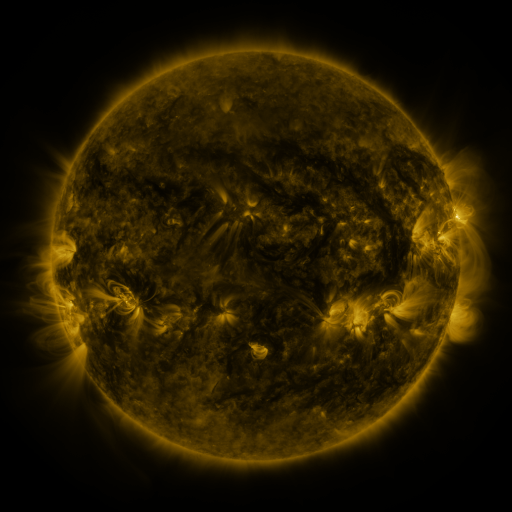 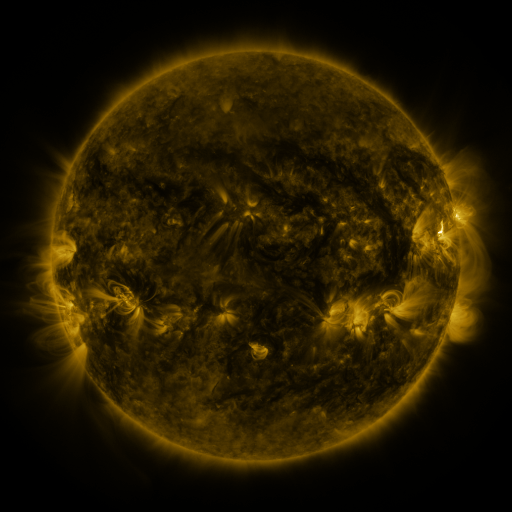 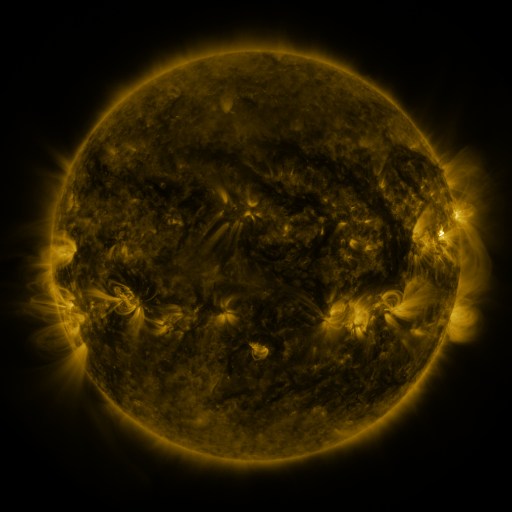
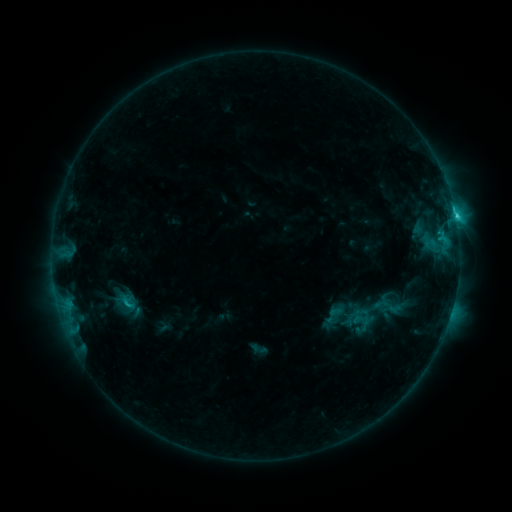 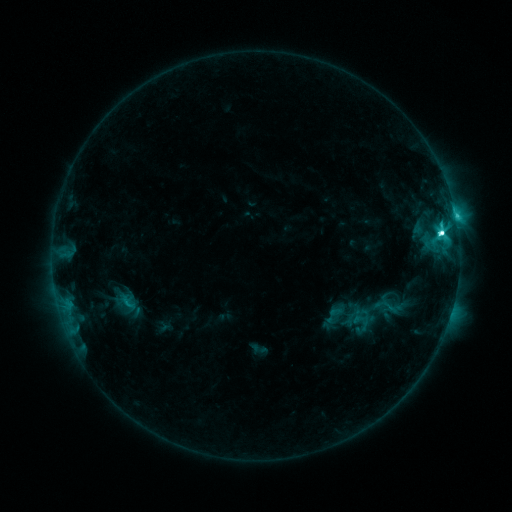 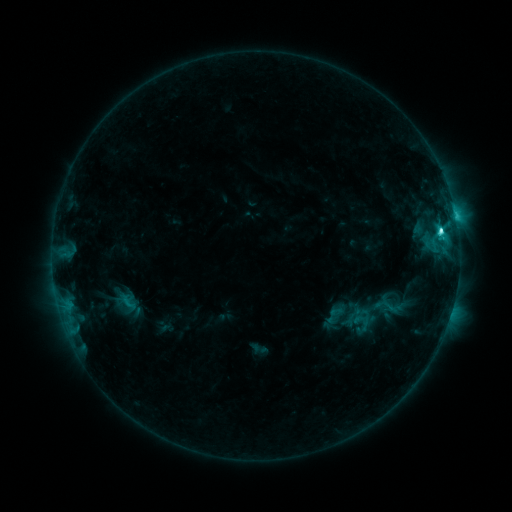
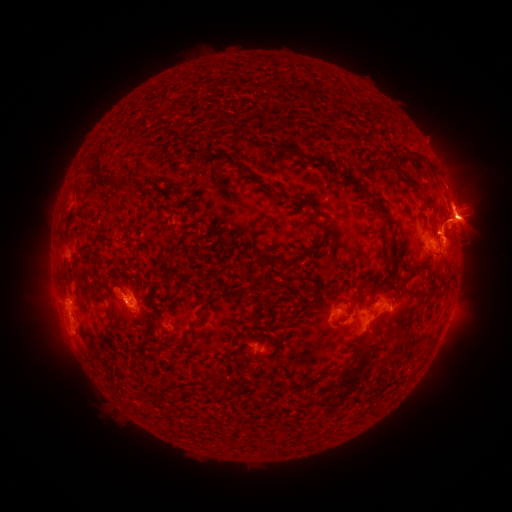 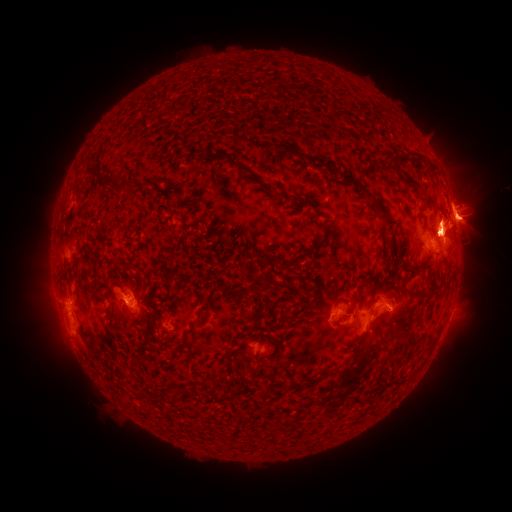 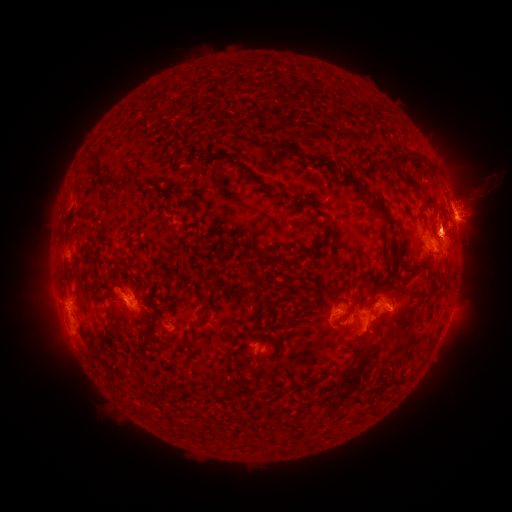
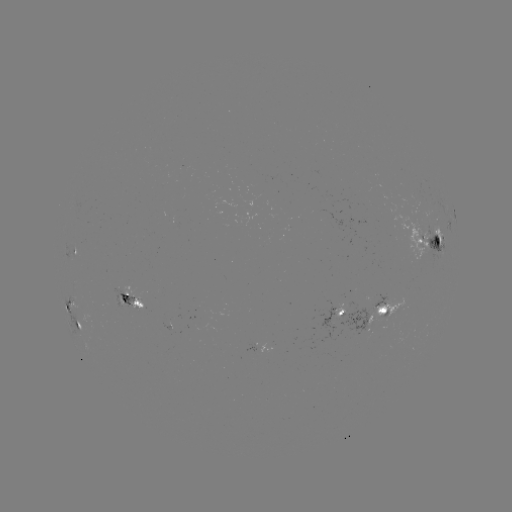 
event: flare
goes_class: C9.1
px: (440, 234)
